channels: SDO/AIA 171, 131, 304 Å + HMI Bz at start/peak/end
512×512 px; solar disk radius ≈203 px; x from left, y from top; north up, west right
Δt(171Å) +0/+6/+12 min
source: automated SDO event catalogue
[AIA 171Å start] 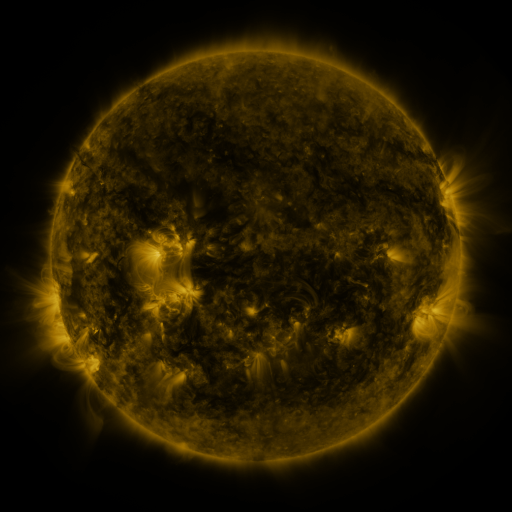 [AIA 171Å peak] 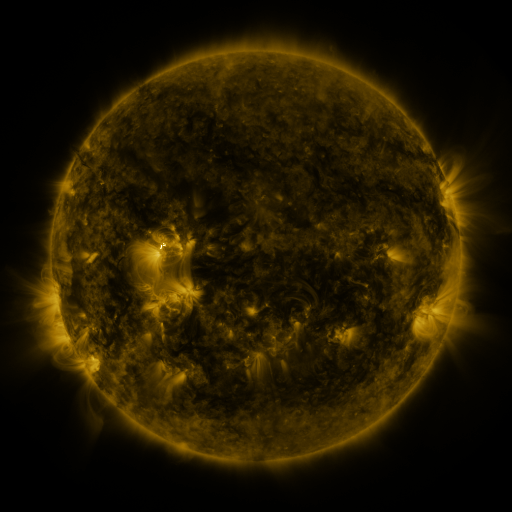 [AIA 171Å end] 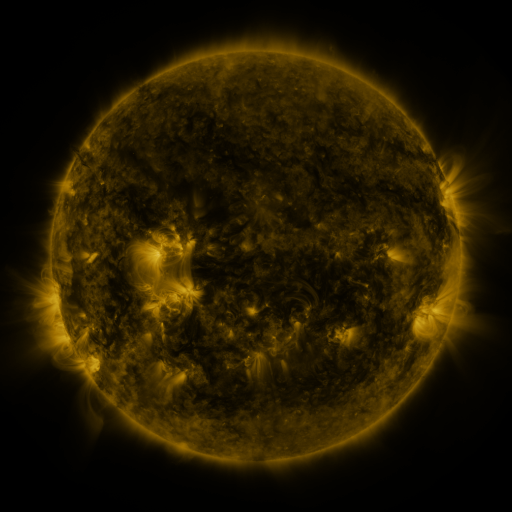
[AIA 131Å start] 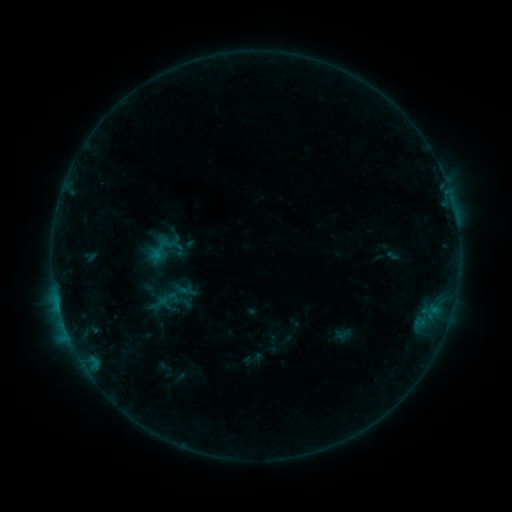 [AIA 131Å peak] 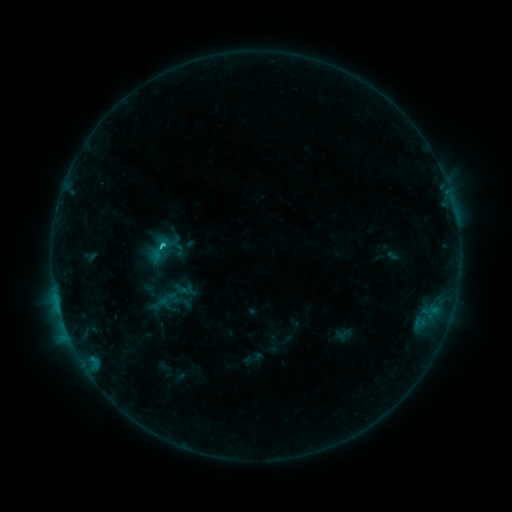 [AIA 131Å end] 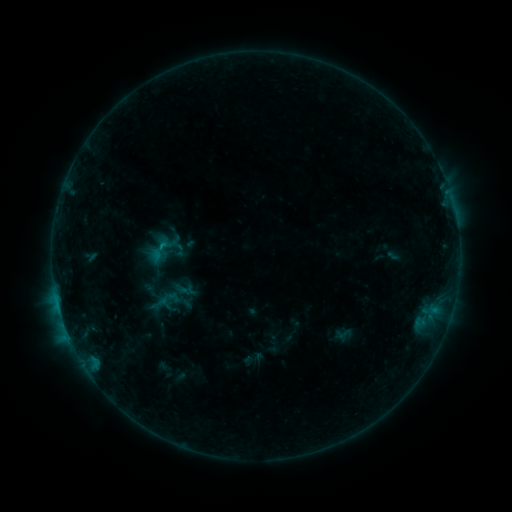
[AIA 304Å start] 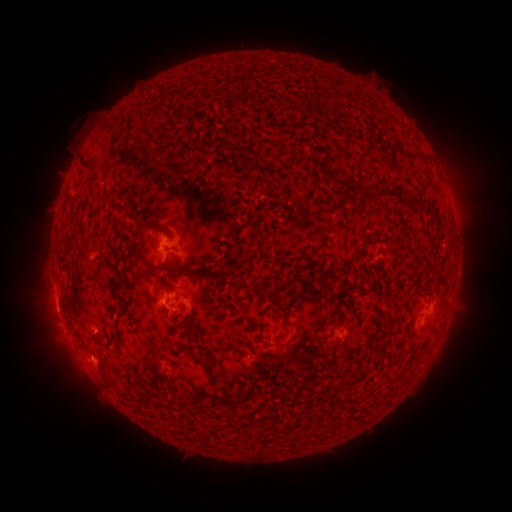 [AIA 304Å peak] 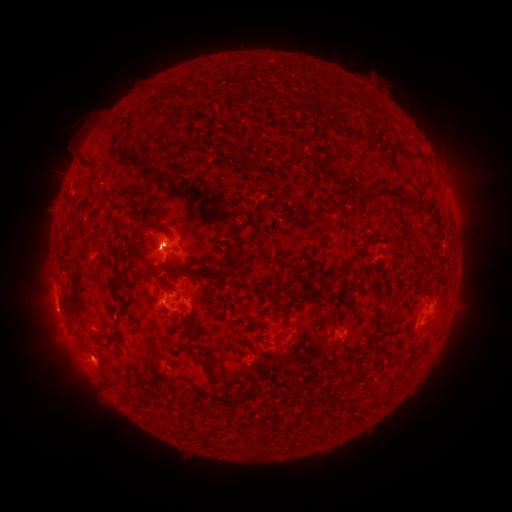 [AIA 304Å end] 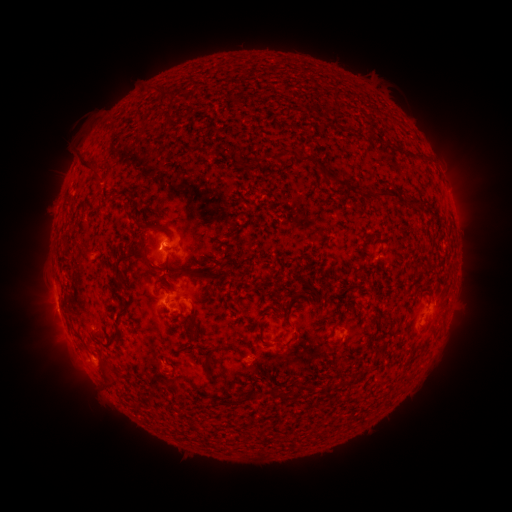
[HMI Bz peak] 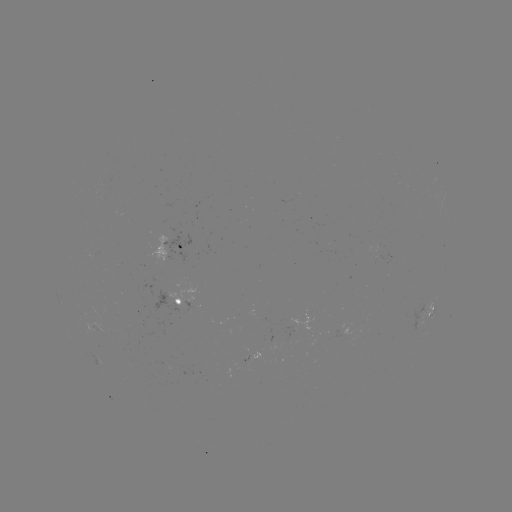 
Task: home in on C1.0 flare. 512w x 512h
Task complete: [164, 247].